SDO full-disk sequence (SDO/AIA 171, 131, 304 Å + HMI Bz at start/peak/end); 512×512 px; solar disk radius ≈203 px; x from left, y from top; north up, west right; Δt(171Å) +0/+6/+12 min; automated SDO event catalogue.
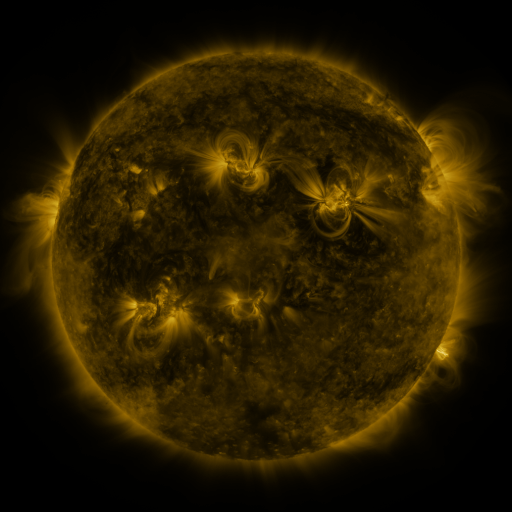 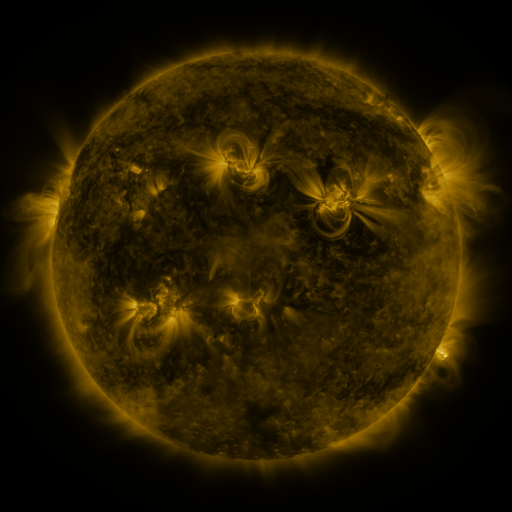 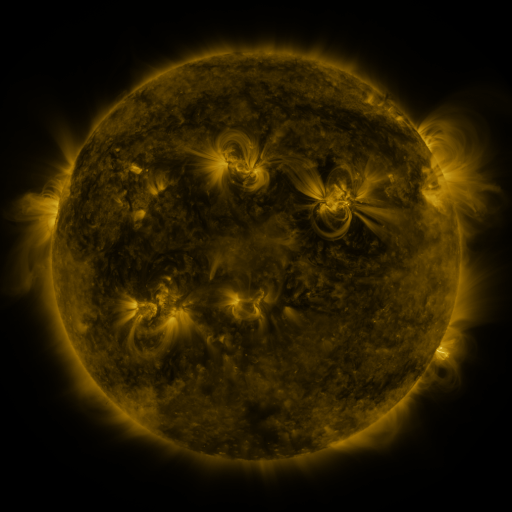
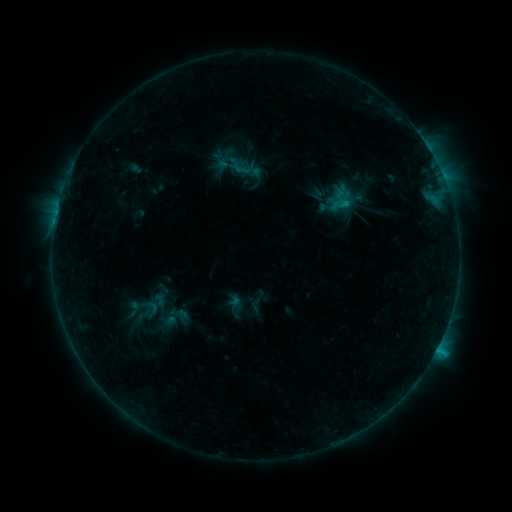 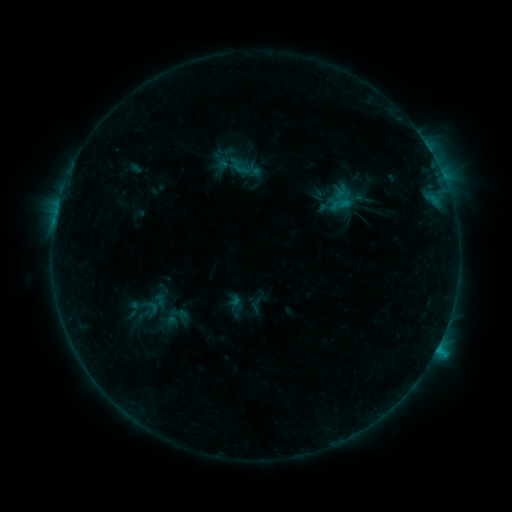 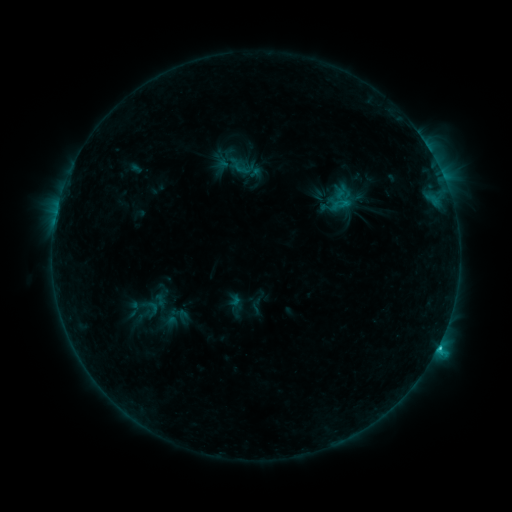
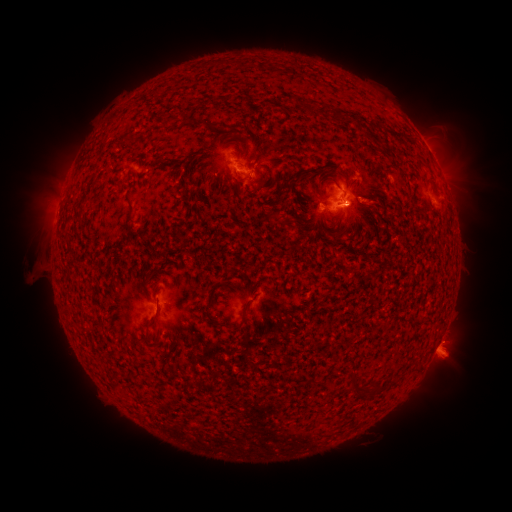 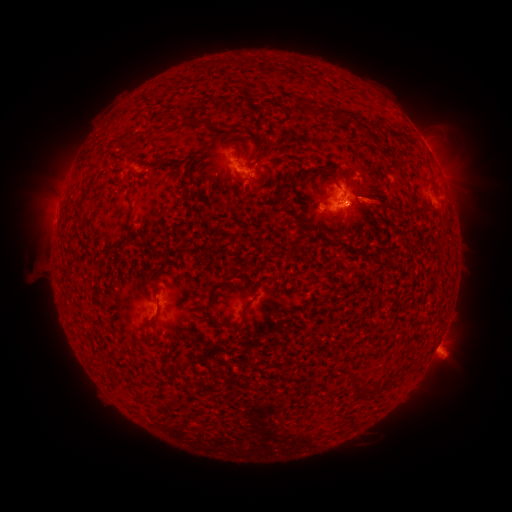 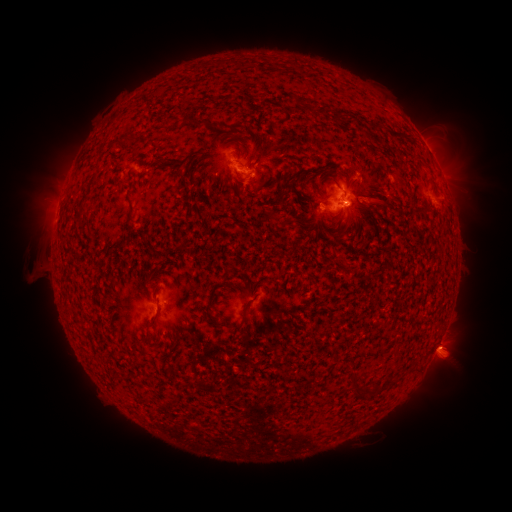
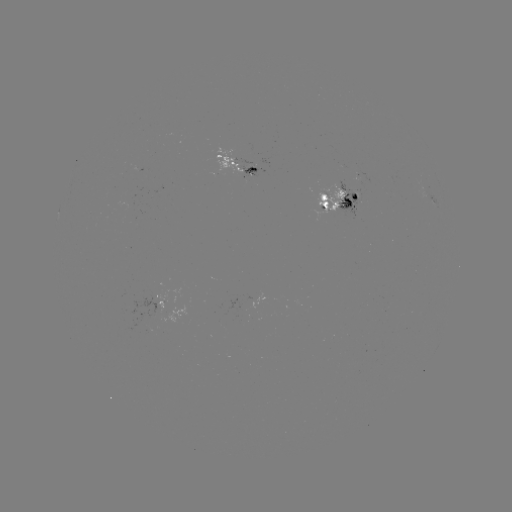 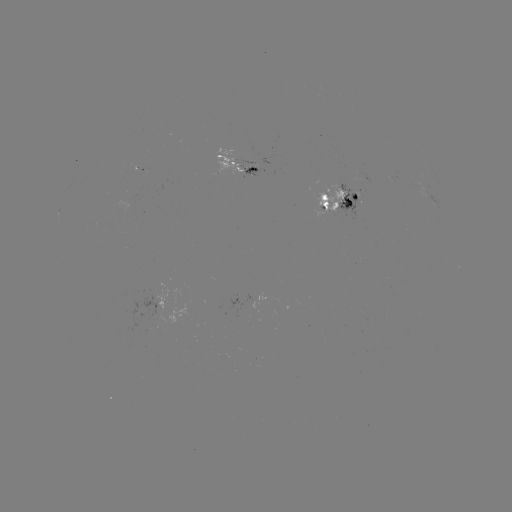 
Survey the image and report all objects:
C1.4 flare: (331, 207)
